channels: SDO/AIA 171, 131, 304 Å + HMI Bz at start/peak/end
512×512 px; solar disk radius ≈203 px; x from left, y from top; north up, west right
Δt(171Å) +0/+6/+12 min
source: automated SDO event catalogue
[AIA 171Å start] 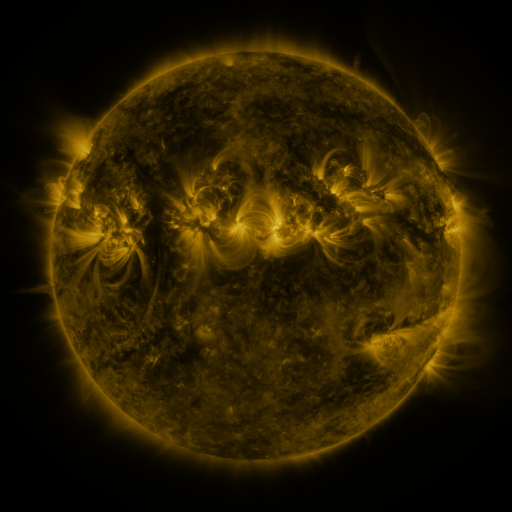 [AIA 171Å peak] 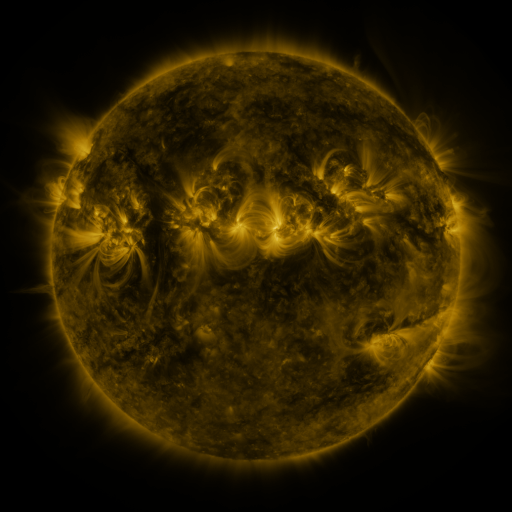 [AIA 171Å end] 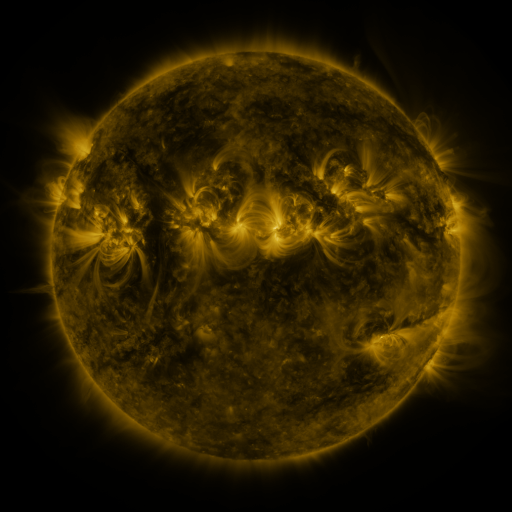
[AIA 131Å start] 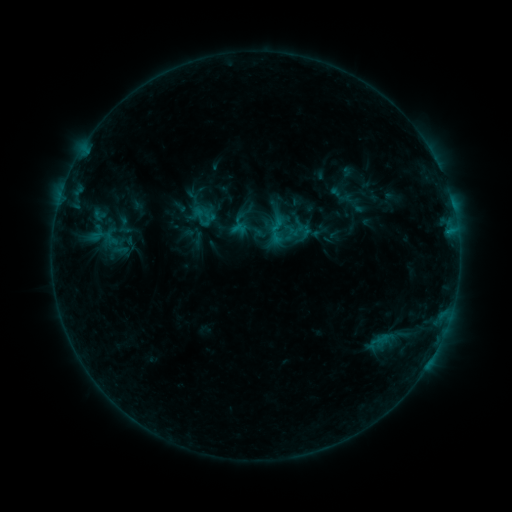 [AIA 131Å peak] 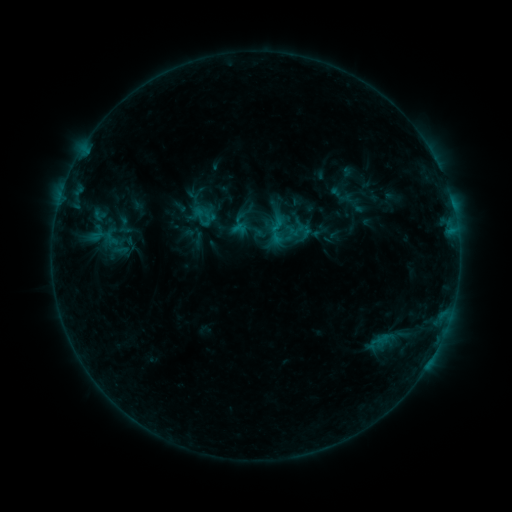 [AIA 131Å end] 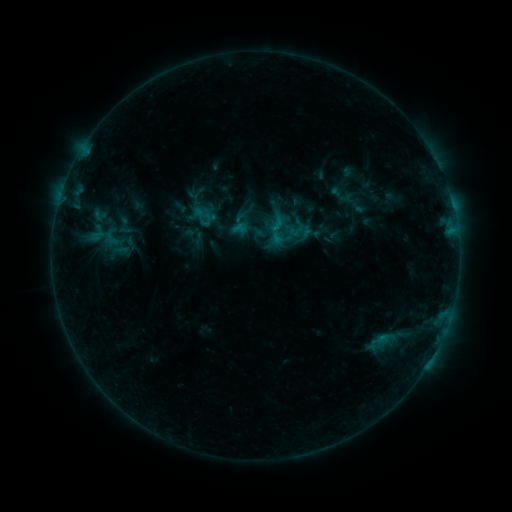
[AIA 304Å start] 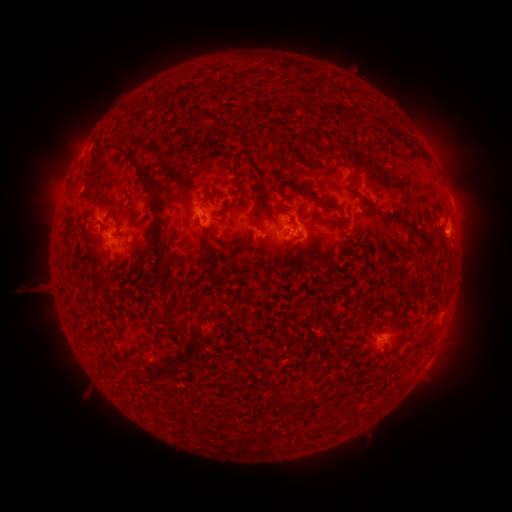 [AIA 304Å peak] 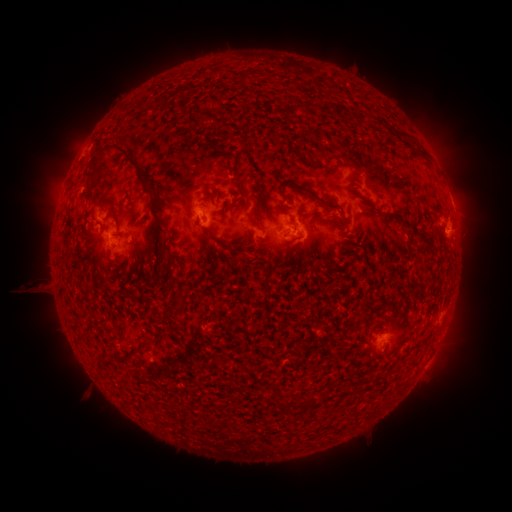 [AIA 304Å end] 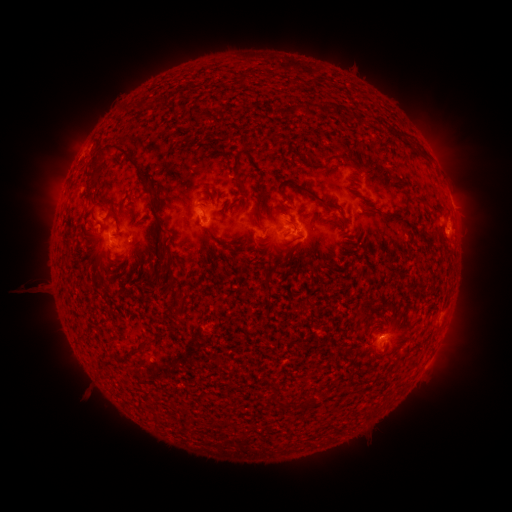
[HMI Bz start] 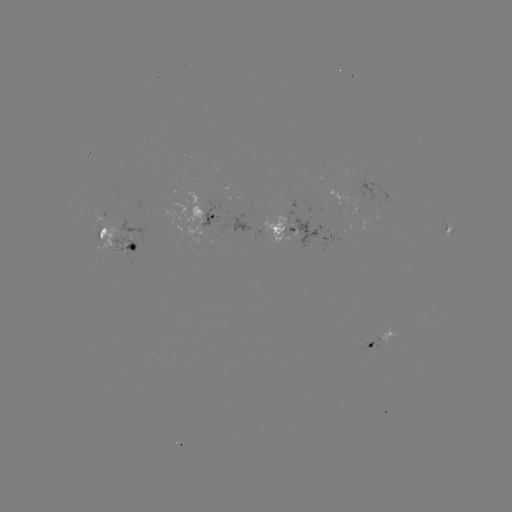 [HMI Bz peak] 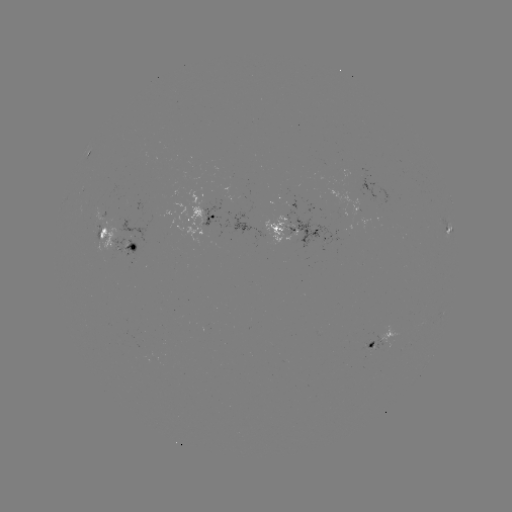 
no catalogued flare and no flagged EUV brightening in this window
